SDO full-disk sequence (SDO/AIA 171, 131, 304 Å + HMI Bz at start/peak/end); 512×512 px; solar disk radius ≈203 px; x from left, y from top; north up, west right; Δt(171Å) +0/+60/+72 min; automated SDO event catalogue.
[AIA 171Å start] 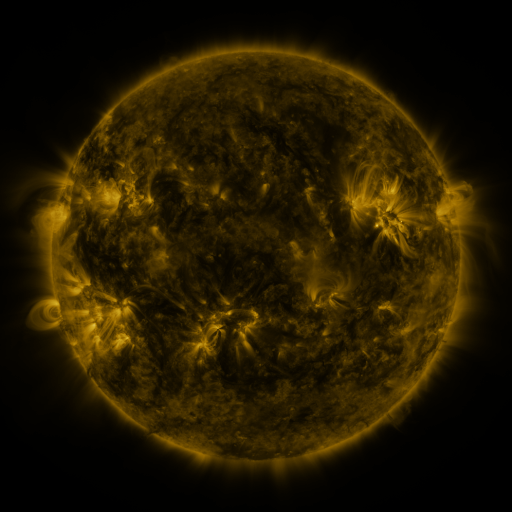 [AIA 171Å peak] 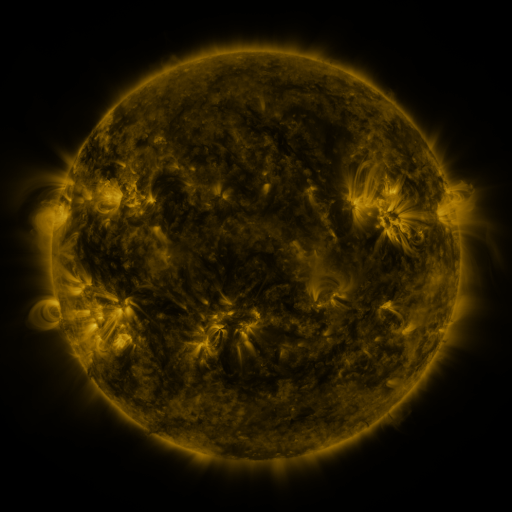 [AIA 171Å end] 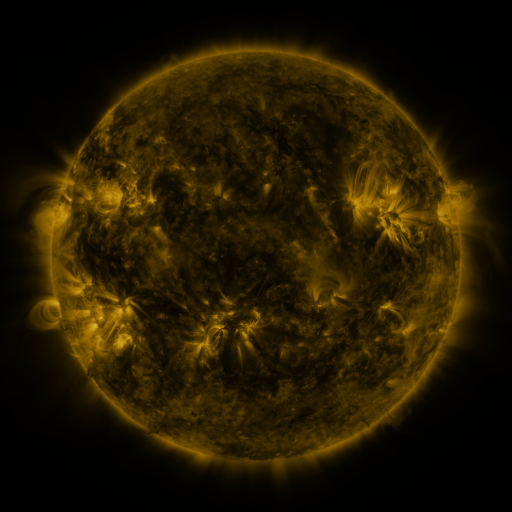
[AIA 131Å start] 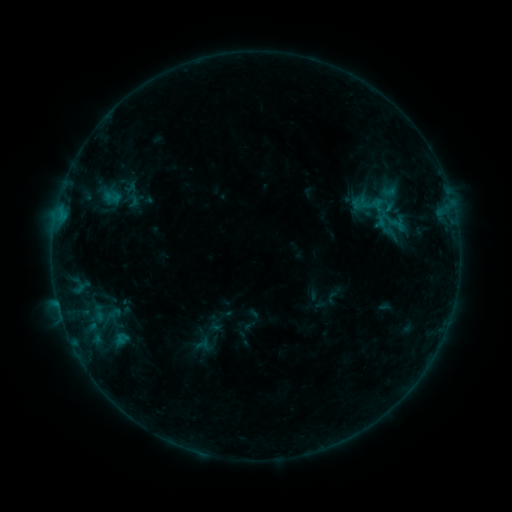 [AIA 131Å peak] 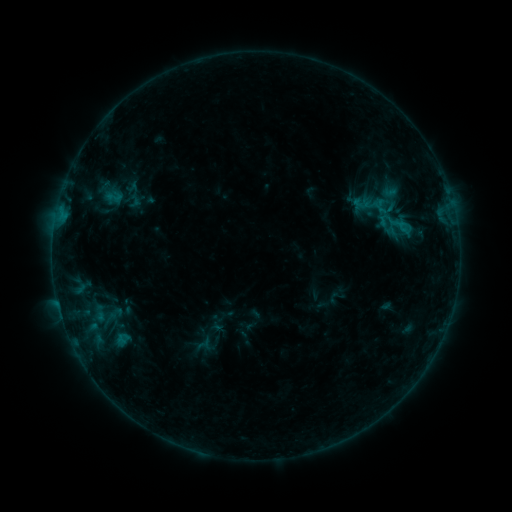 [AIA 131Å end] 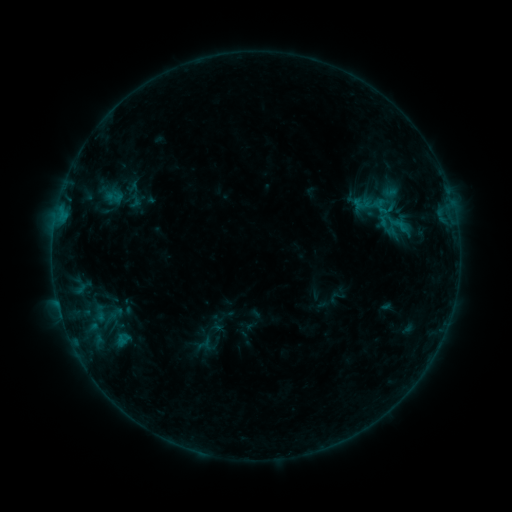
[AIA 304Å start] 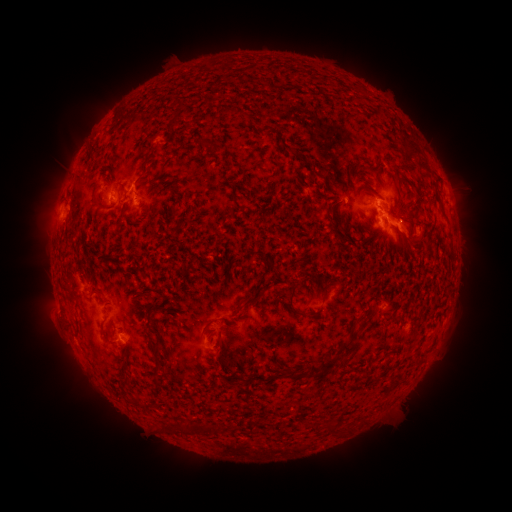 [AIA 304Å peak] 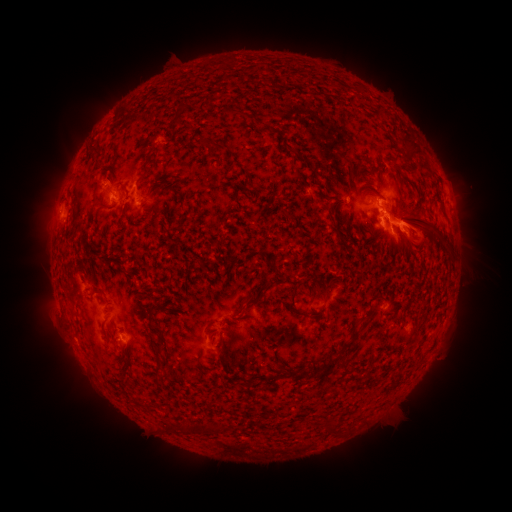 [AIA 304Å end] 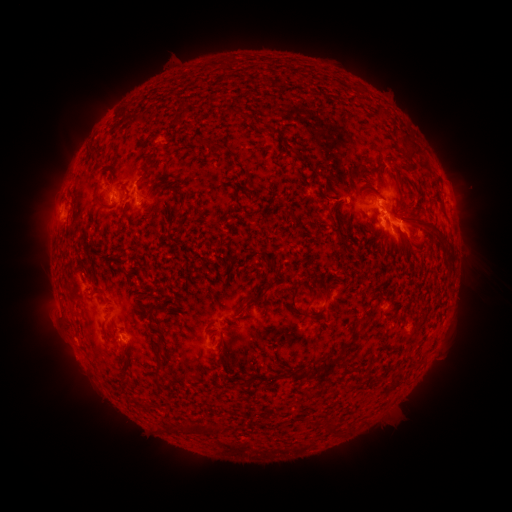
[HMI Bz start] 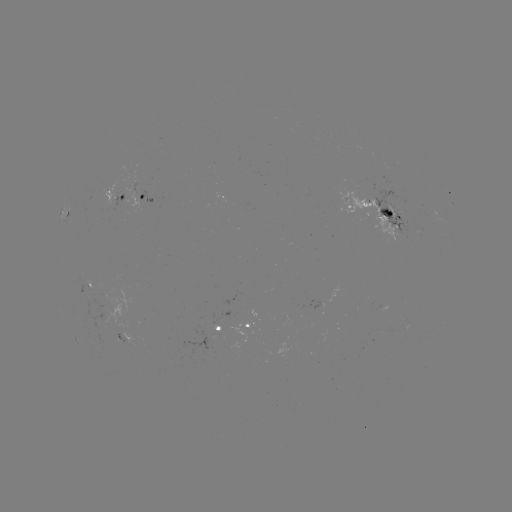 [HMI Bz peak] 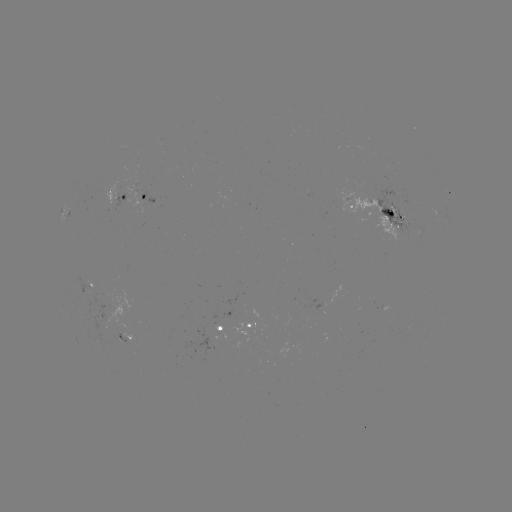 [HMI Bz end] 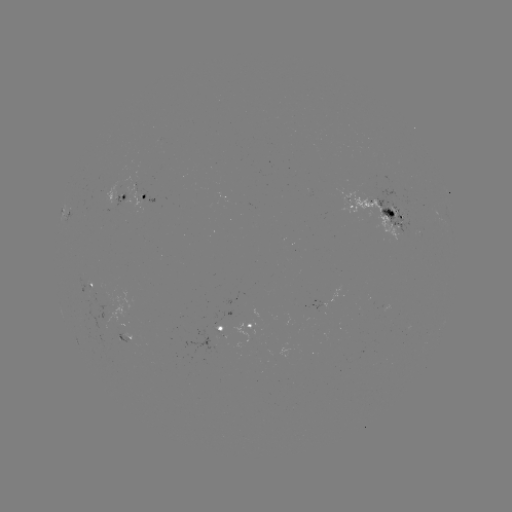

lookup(emerging-flux region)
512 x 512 (121, 339)